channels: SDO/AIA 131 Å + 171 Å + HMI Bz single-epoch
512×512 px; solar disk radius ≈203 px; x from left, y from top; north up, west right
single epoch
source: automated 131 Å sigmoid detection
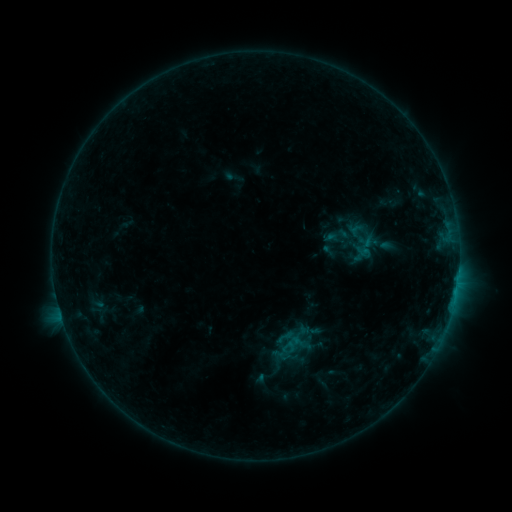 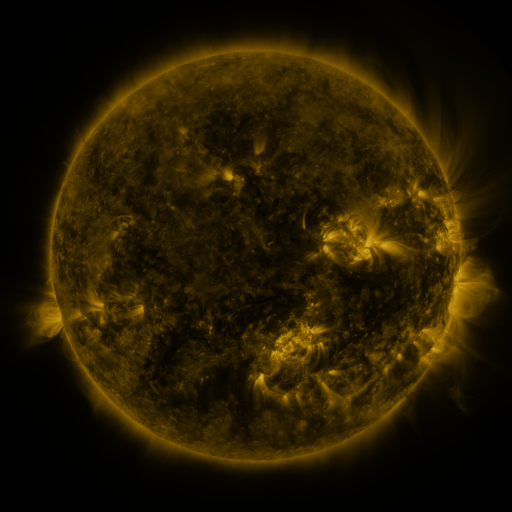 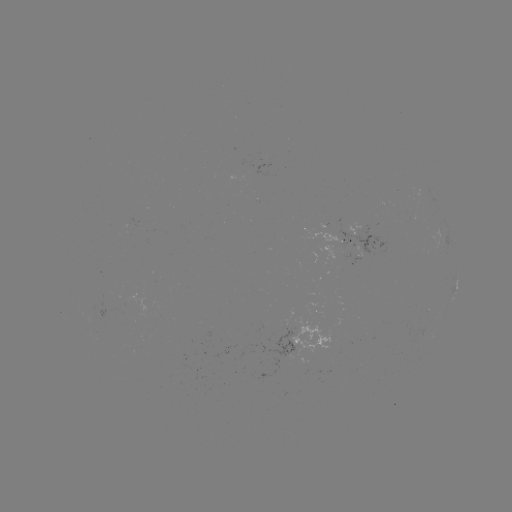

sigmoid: <bbox>275, 327, 294, 347</bbox>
